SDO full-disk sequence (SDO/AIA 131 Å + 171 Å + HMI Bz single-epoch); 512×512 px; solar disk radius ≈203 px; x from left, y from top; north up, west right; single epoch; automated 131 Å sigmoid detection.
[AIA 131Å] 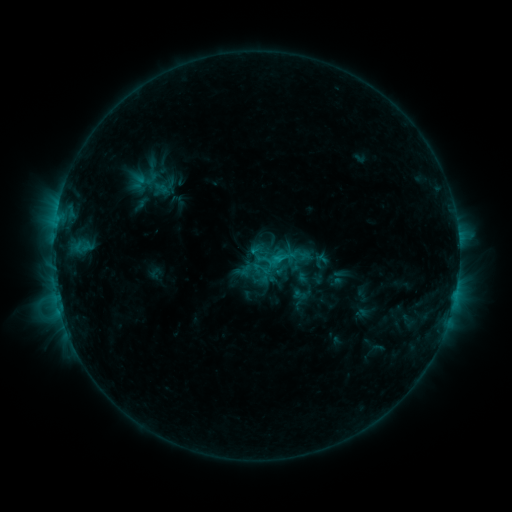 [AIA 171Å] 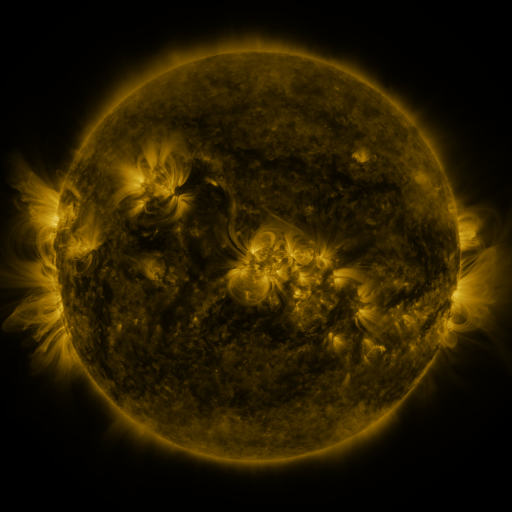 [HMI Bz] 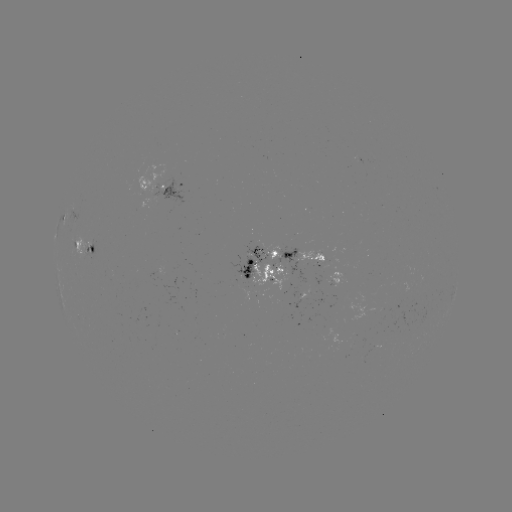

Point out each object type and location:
sigmoid: (262, 268)
